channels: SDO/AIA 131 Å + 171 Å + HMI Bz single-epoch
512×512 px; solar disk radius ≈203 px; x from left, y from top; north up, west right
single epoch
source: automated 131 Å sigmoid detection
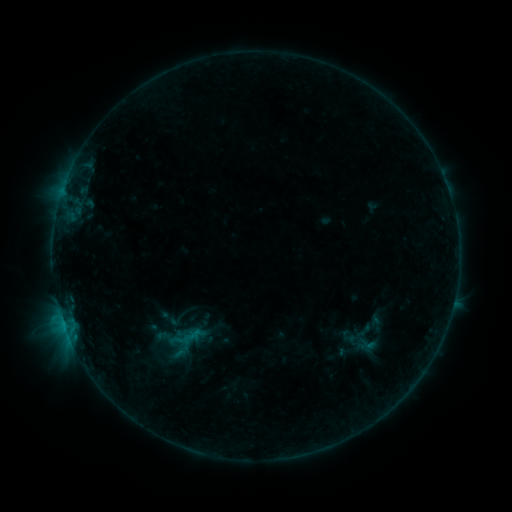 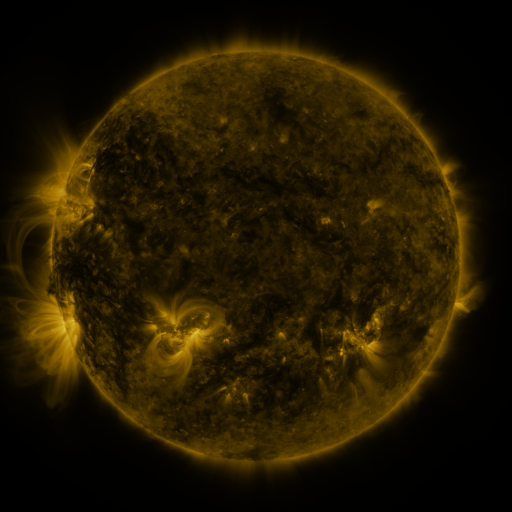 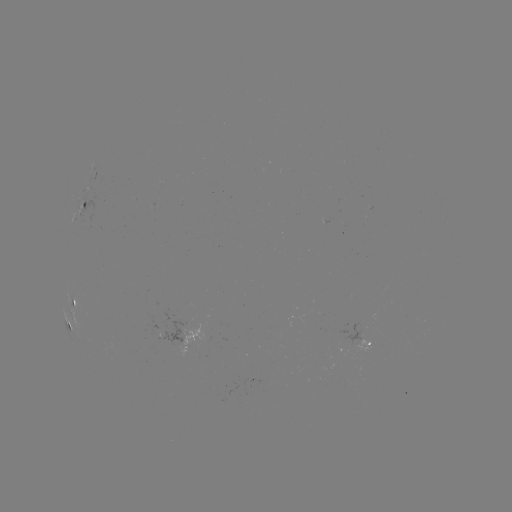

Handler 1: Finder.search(sigmoid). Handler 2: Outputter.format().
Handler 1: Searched sigmoid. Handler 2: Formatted (177, 319).